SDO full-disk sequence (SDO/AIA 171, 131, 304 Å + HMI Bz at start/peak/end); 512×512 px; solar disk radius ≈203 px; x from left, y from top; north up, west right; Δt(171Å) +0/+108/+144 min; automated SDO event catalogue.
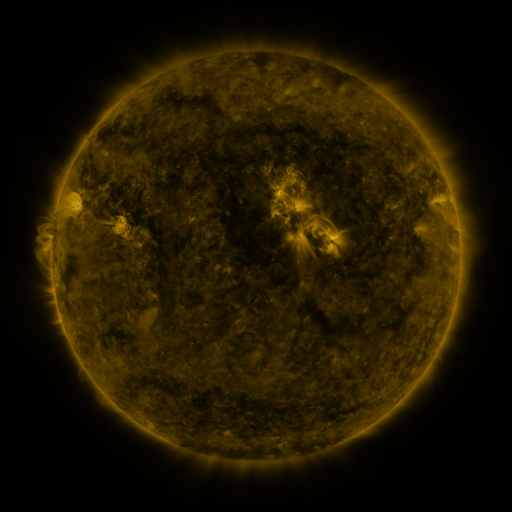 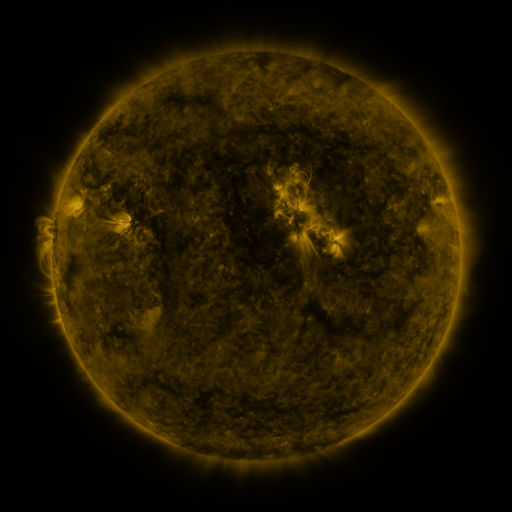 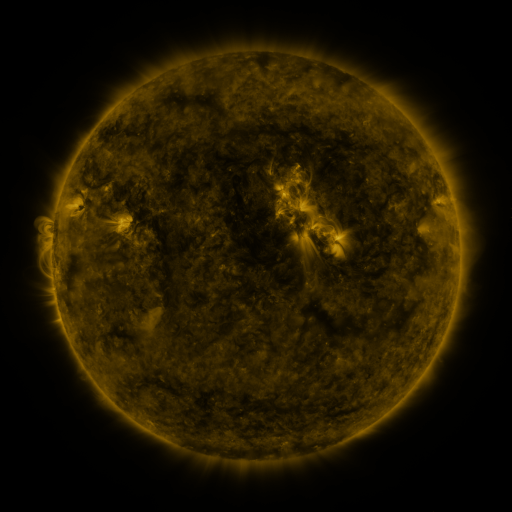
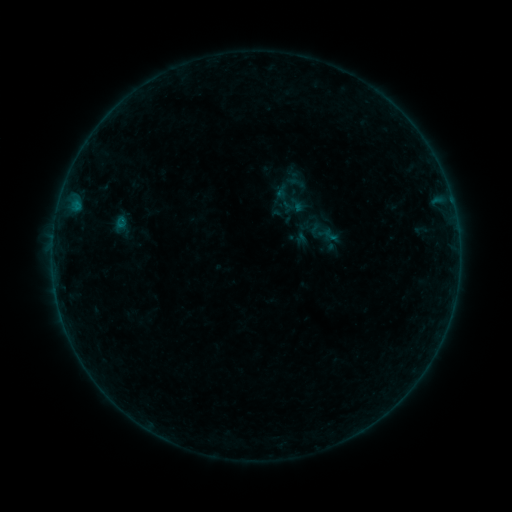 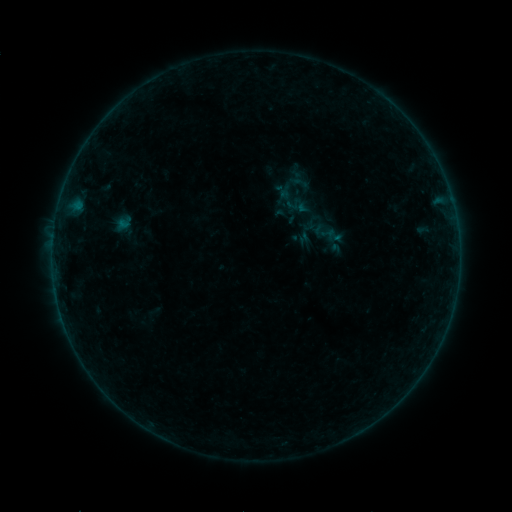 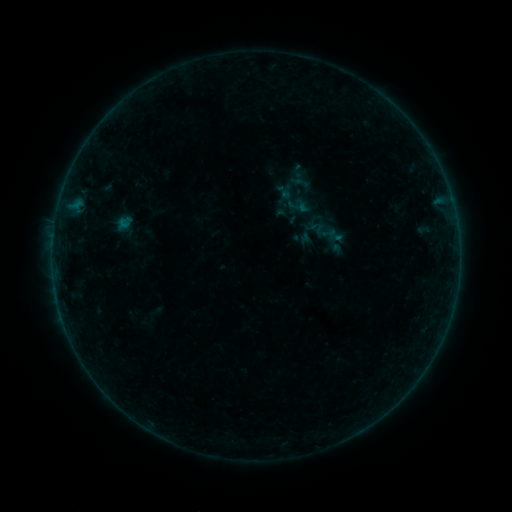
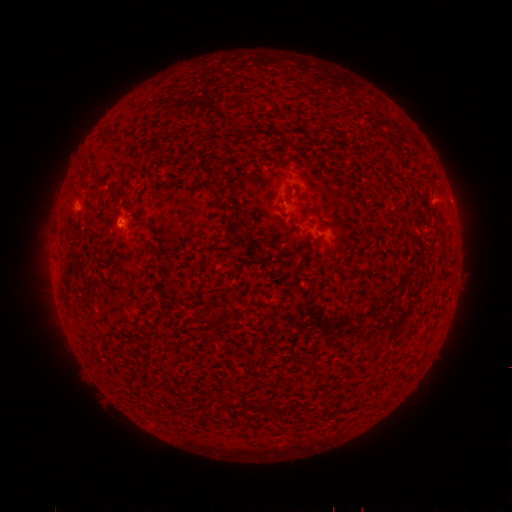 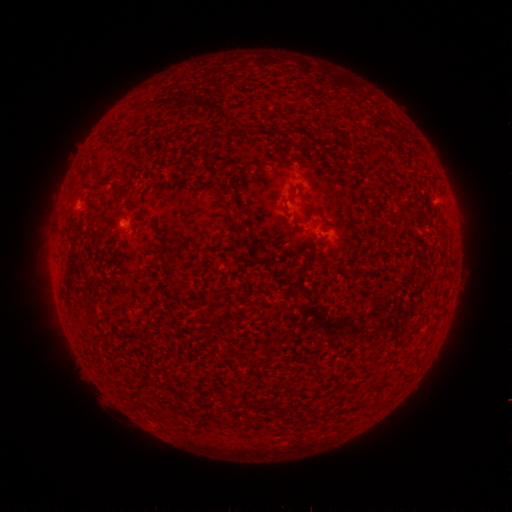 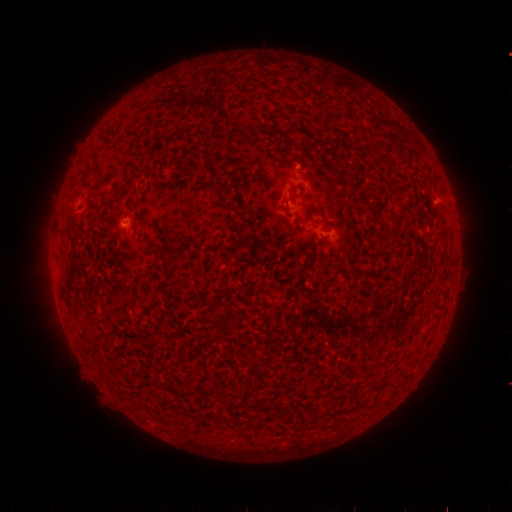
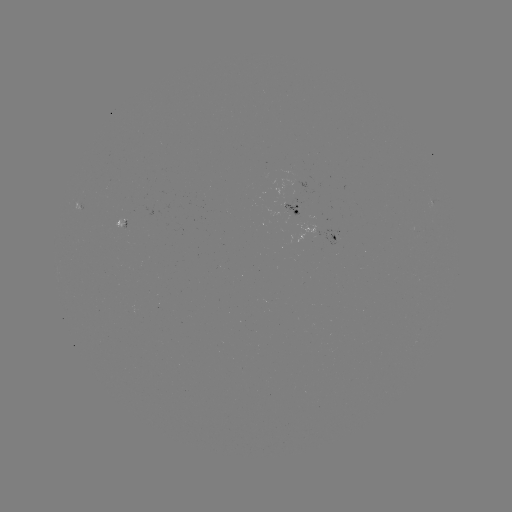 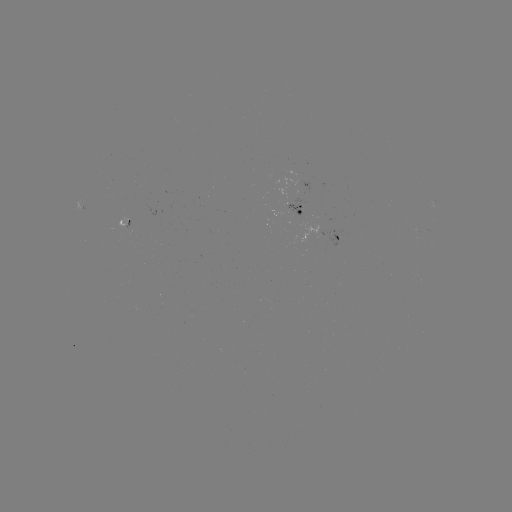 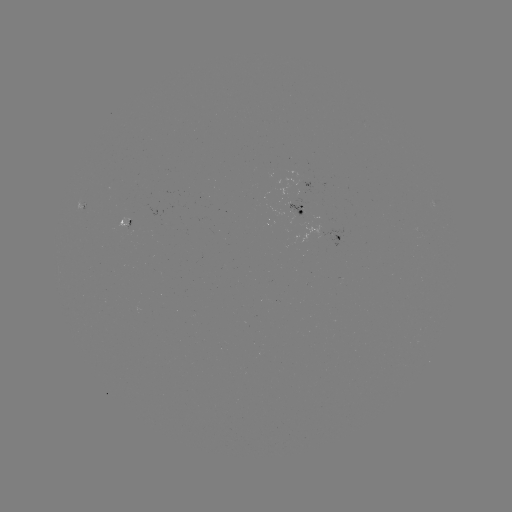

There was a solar emerging-flux region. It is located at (299, 211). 